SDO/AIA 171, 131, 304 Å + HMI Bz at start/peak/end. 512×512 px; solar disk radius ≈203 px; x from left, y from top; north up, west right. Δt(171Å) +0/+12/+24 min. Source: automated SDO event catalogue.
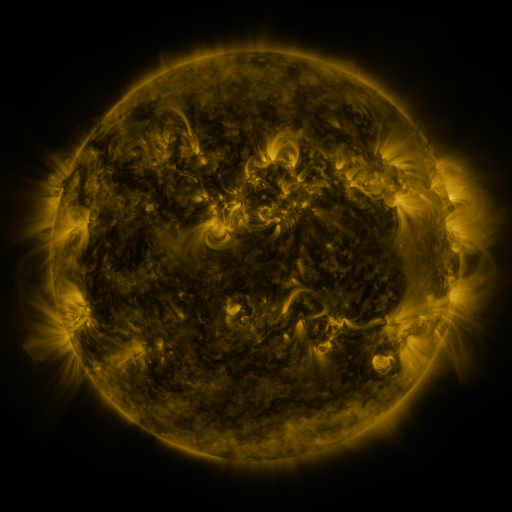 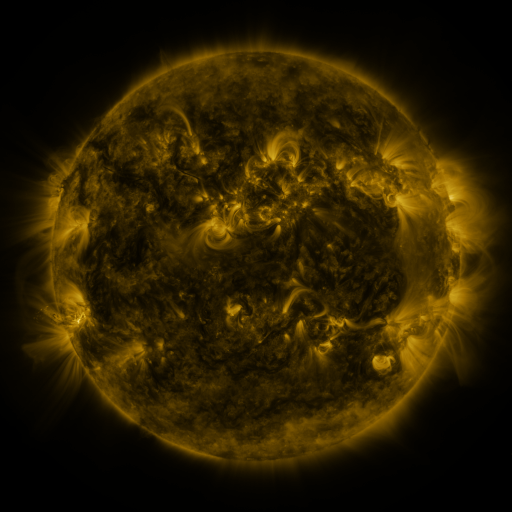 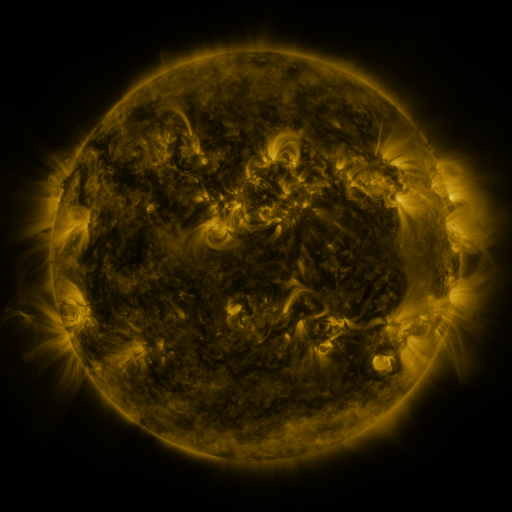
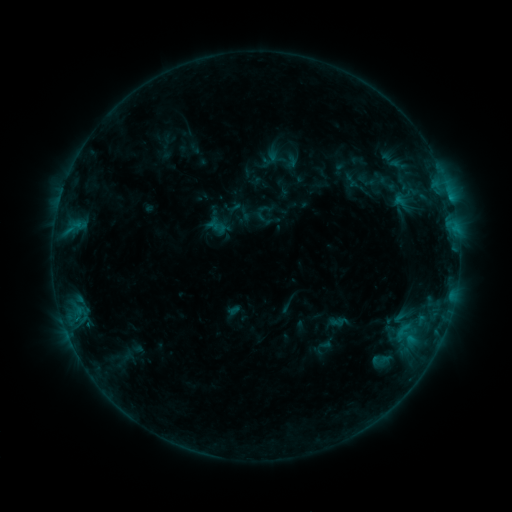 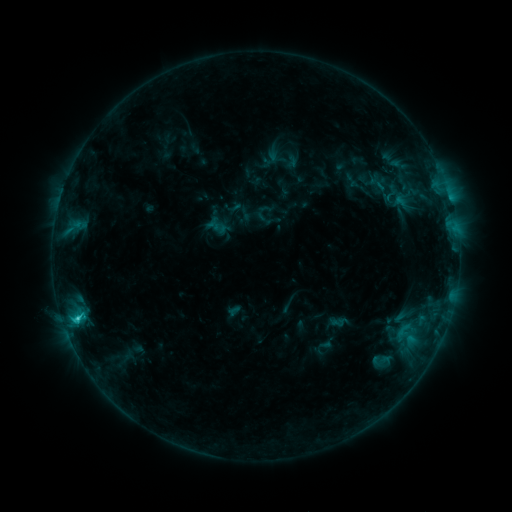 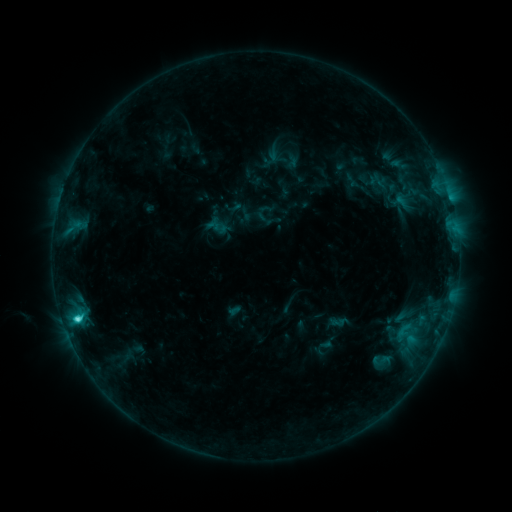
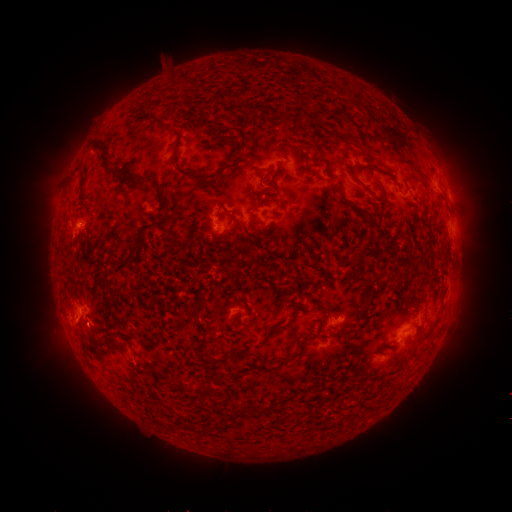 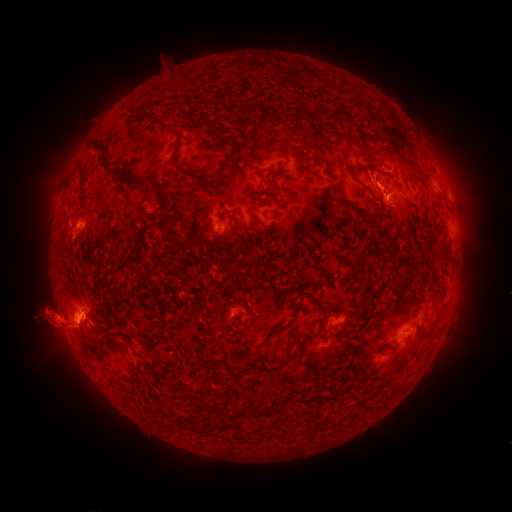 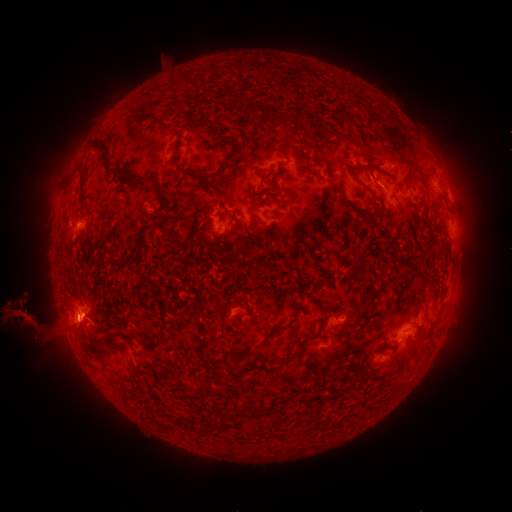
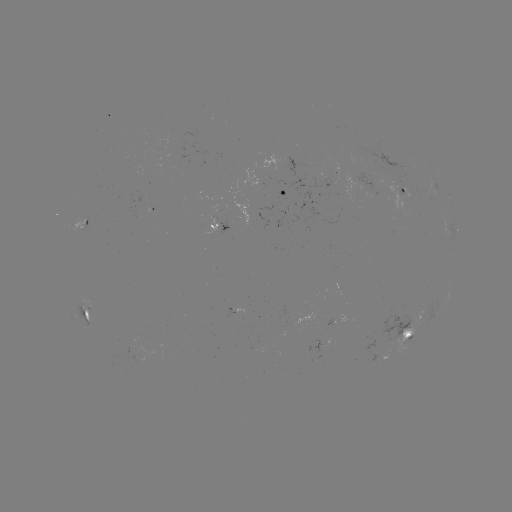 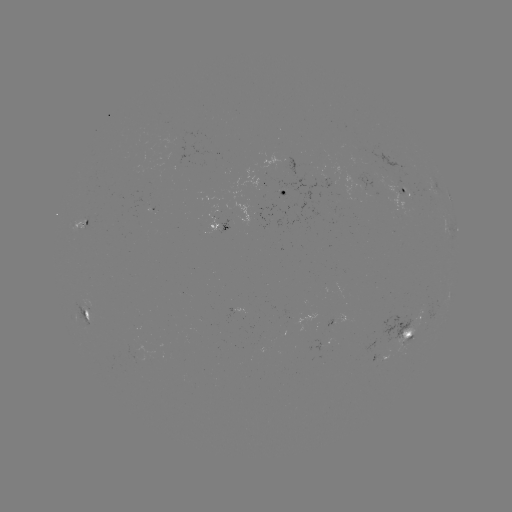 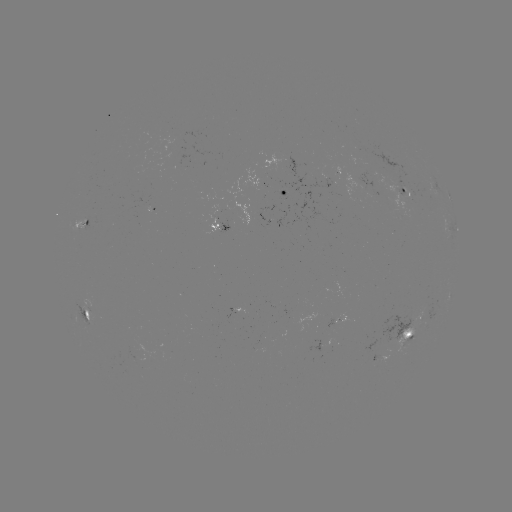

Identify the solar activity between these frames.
eruption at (387, 188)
